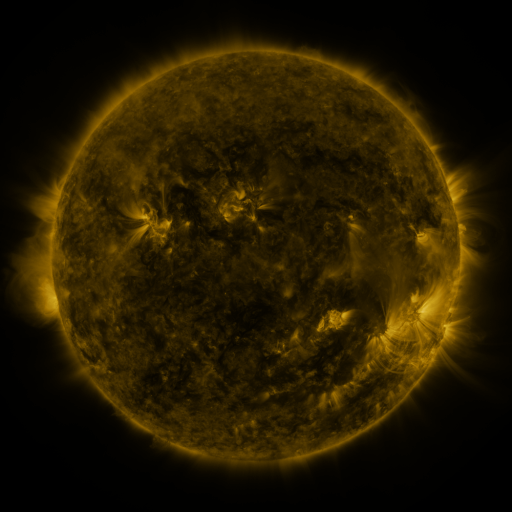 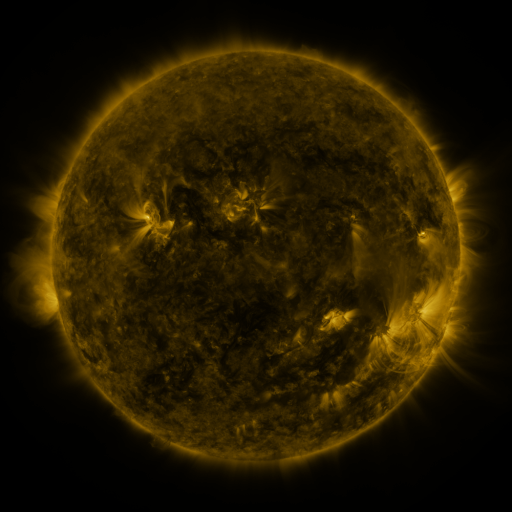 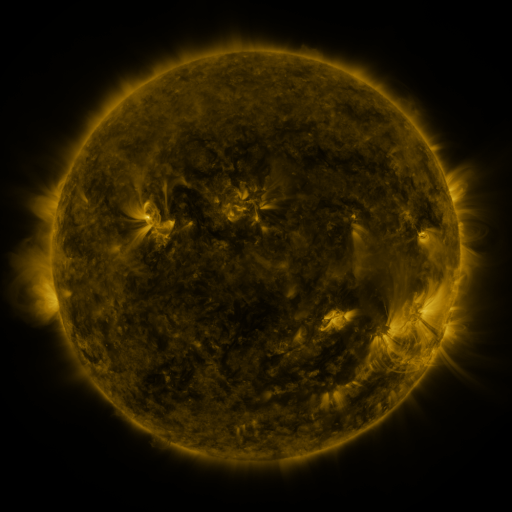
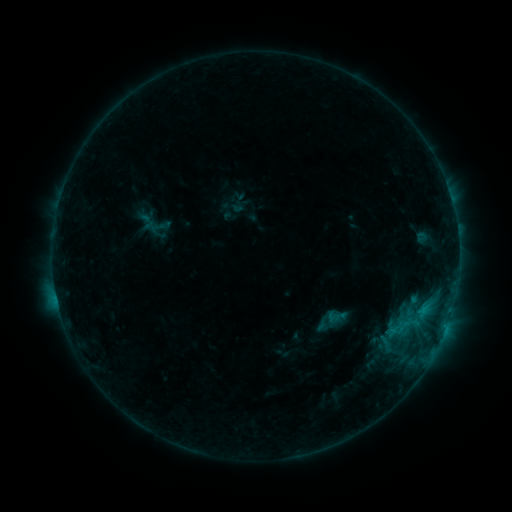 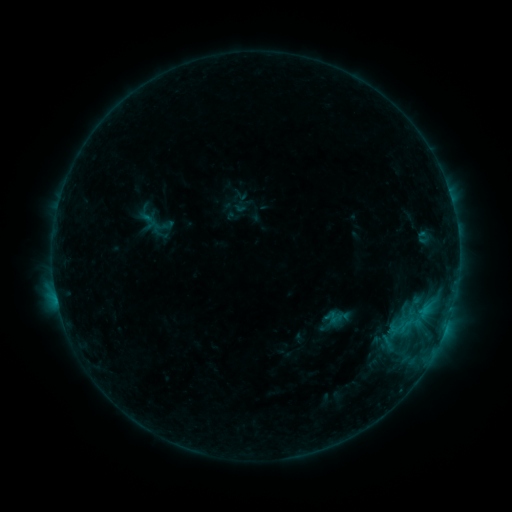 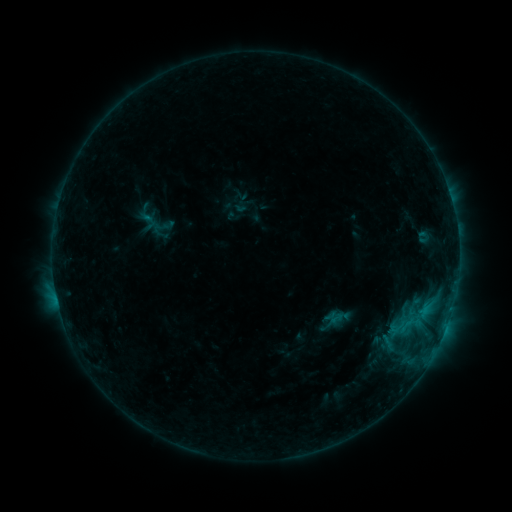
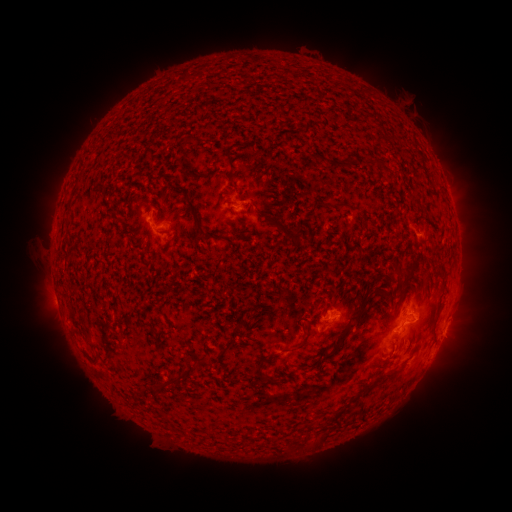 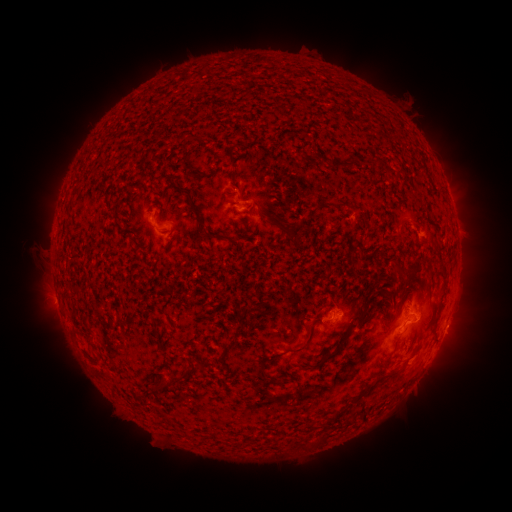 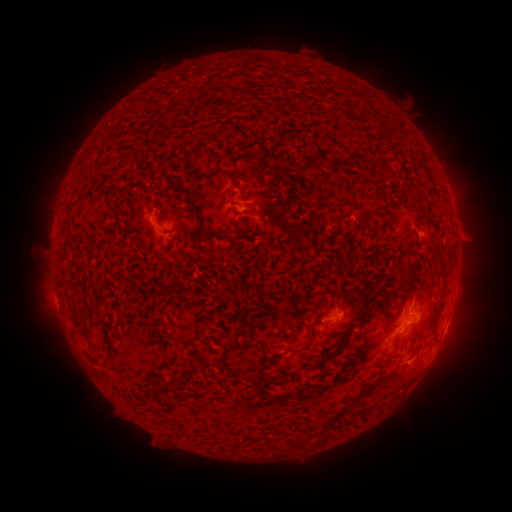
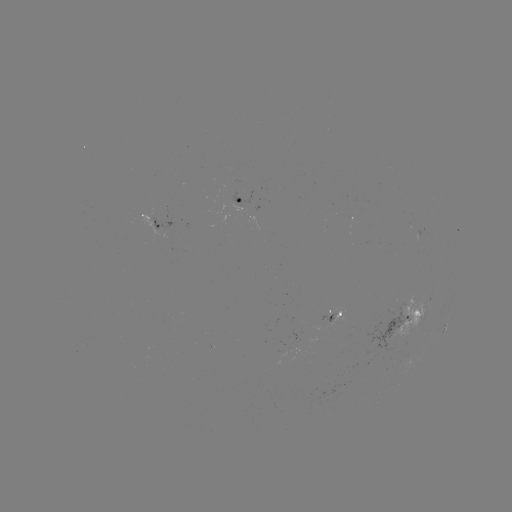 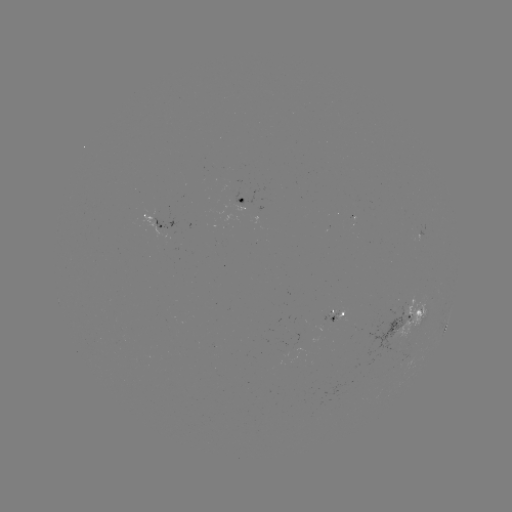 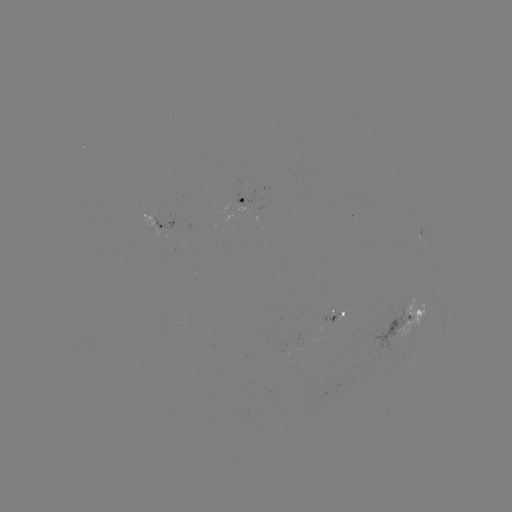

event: emerging-flux region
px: (331, 320)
